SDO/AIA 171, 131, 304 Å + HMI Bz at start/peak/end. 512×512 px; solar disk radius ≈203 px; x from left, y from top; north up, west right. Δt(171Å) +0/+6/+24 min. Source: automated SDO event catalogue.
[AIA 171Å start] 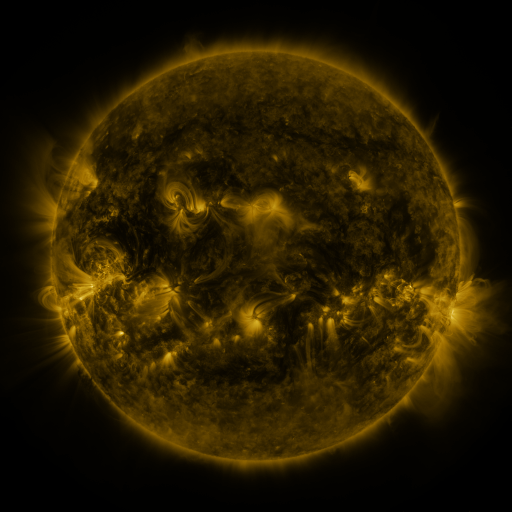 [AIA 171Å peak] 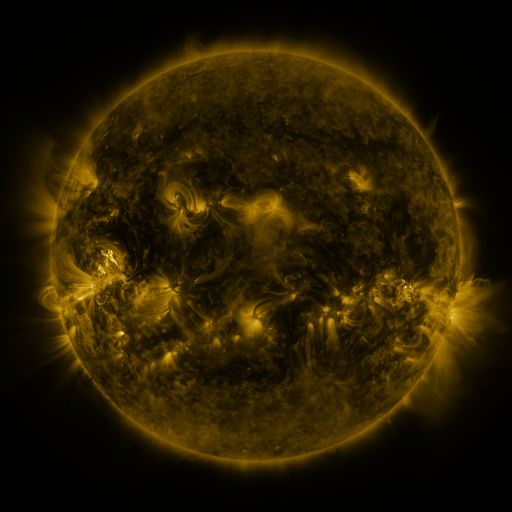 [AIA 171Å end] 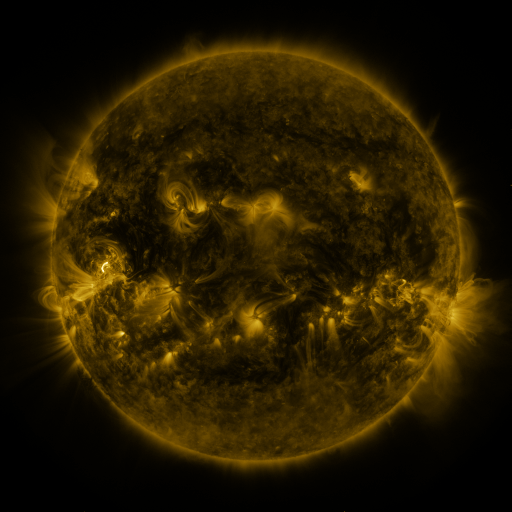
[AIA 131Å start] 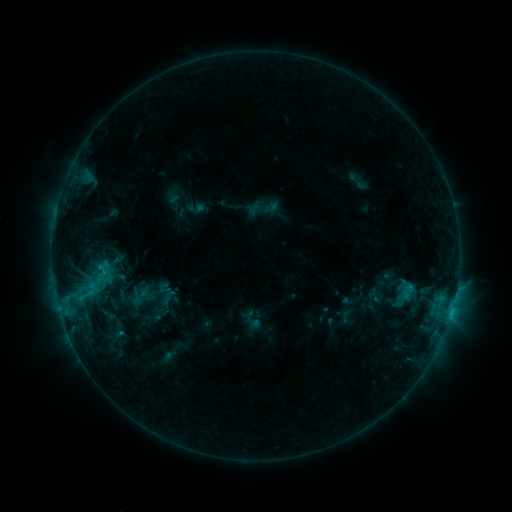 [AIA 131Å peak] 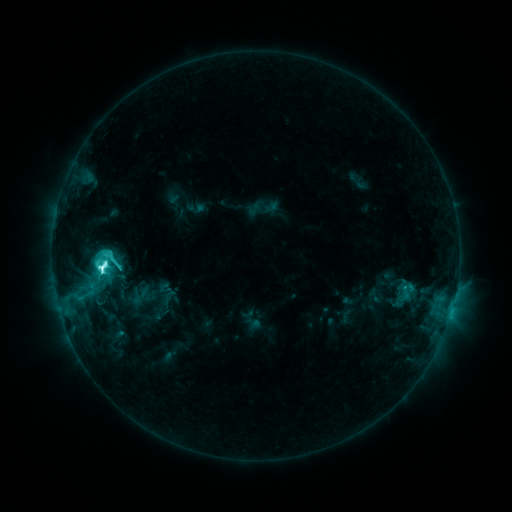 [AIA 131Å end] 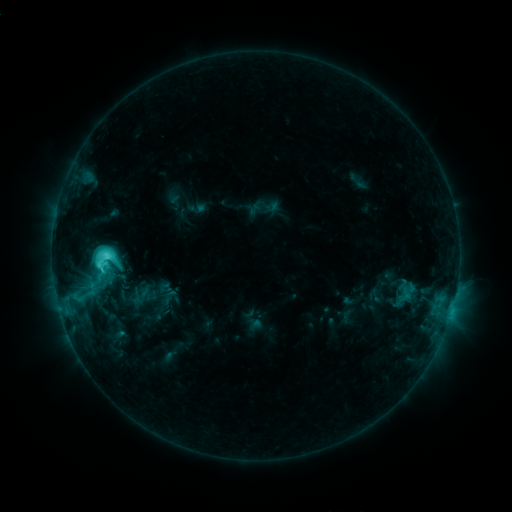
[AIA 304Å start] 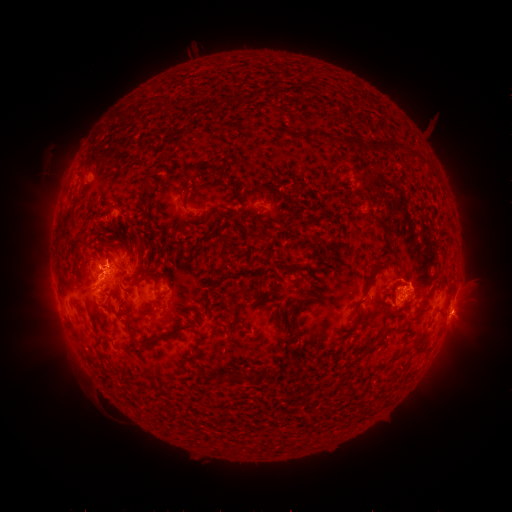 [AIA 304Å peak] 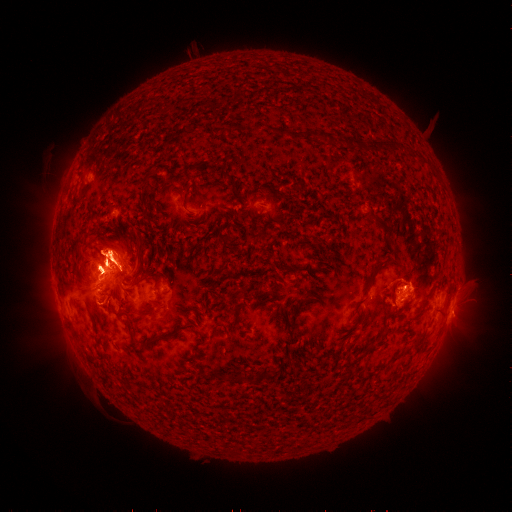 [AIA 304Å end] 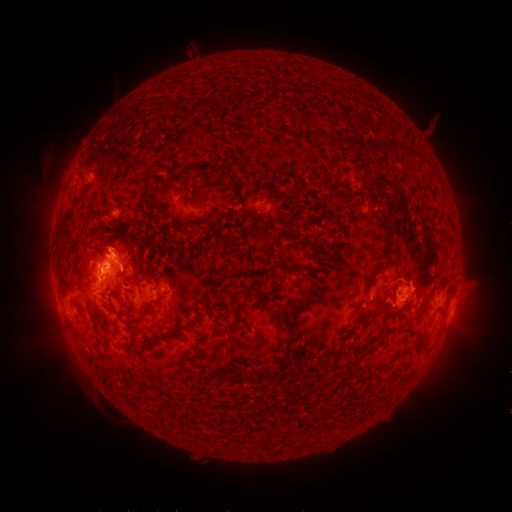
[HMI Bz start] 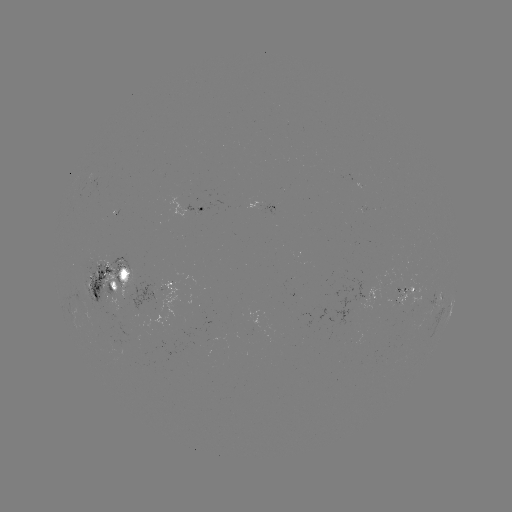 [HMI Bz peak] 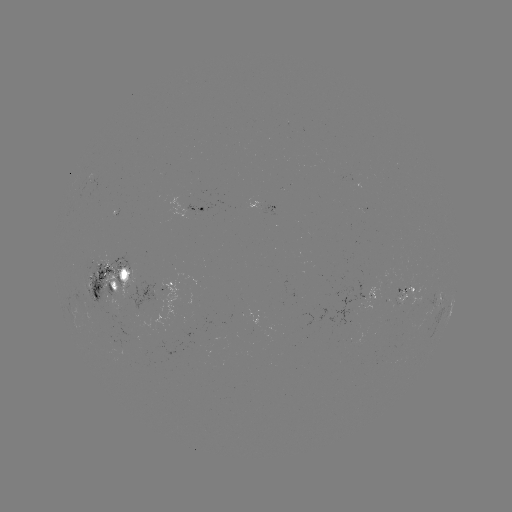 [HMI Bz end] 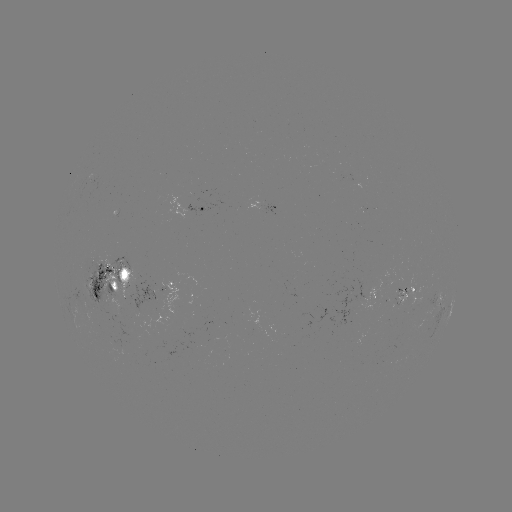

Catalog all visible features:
M1.3 flare: (102, 265)
